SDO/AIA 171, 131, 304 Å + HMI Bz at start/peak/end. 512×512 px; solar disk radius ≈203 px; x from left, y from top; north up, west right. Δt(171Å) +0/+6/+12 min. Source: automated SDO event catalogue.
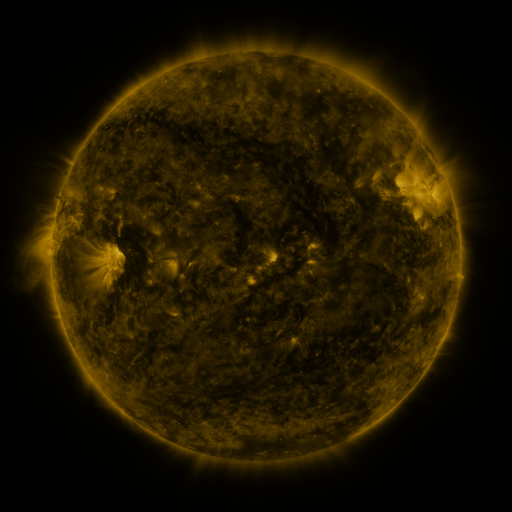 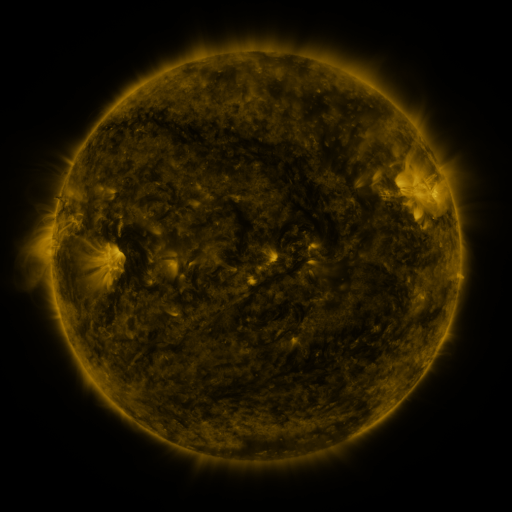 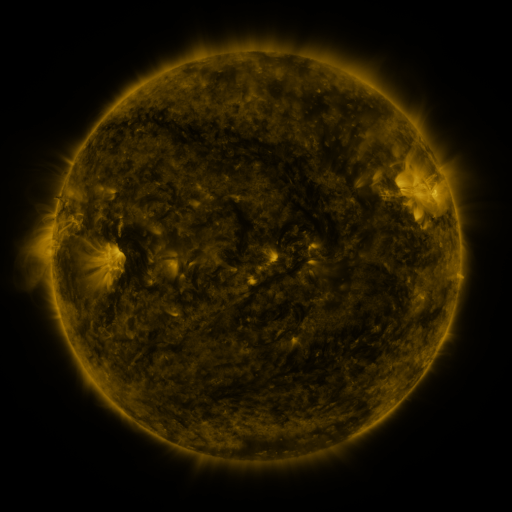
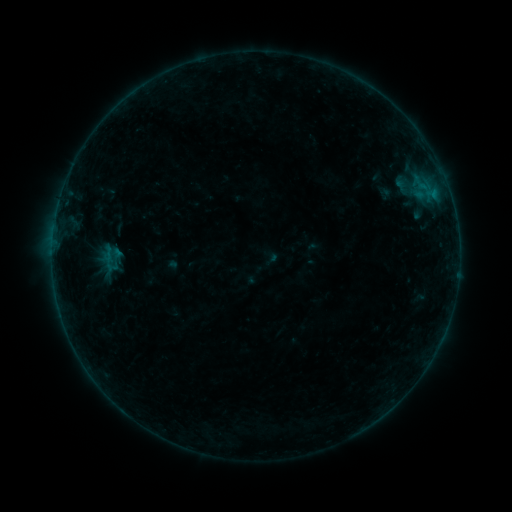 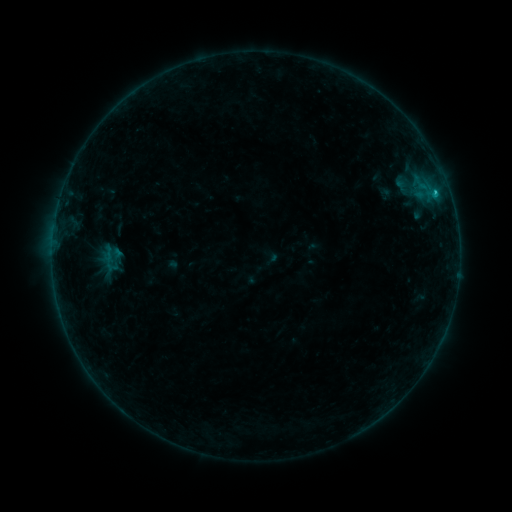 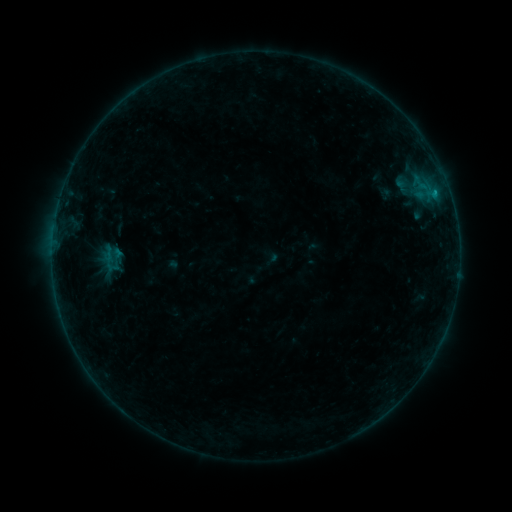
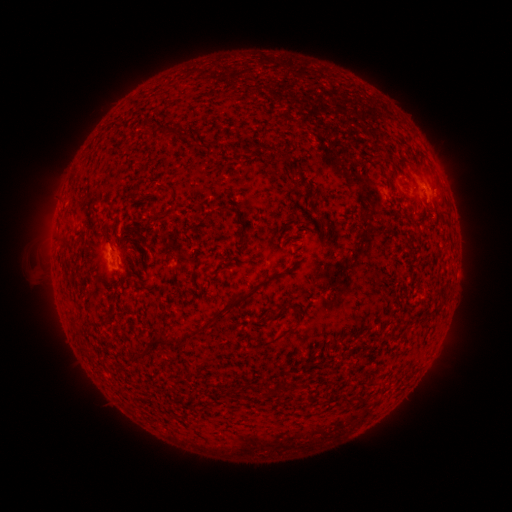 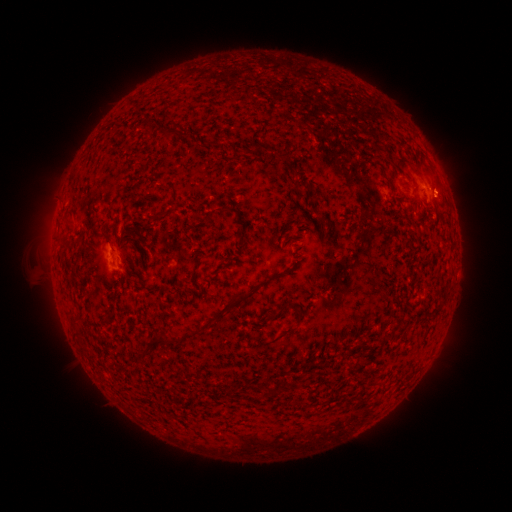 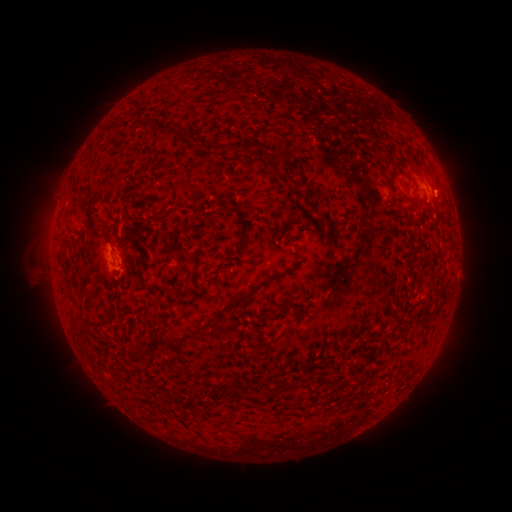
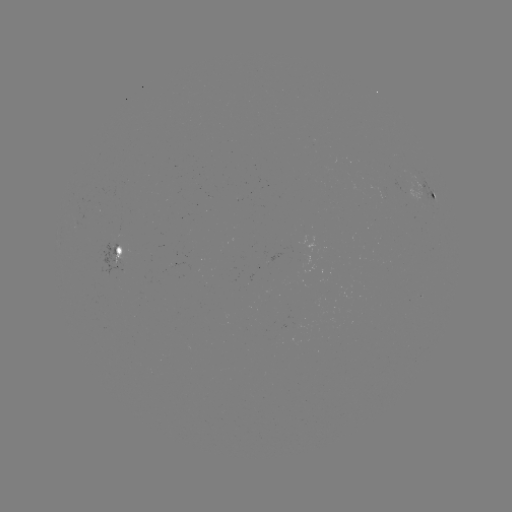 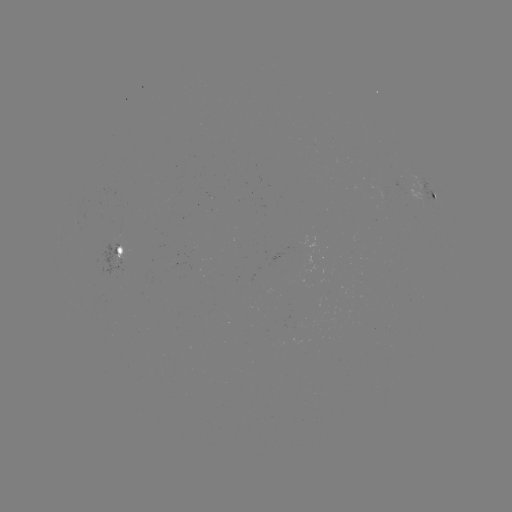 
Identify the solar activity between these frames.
B3.5 flare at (435, 194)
